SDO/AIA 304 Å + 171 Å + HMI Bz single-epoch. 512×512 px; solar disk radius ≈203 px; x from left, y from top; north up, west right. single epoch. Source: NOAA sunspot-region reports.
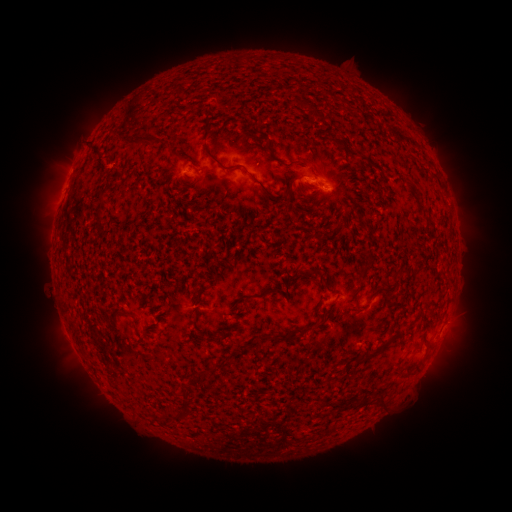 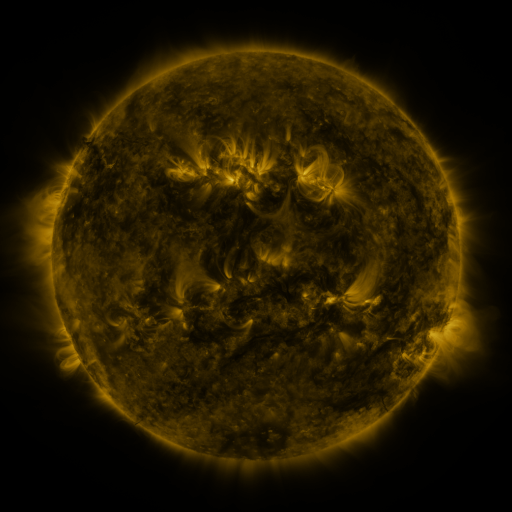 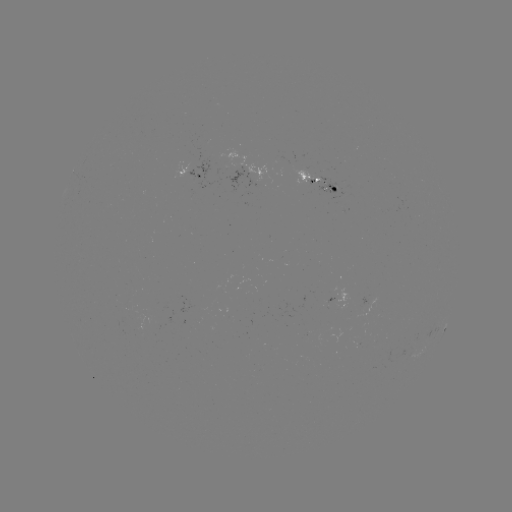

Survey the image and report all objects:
spotted active region: (192, 173)
spotted active region: (319, 176)
spotted active region: (347, 296)
spotted active region: (445, 327)
